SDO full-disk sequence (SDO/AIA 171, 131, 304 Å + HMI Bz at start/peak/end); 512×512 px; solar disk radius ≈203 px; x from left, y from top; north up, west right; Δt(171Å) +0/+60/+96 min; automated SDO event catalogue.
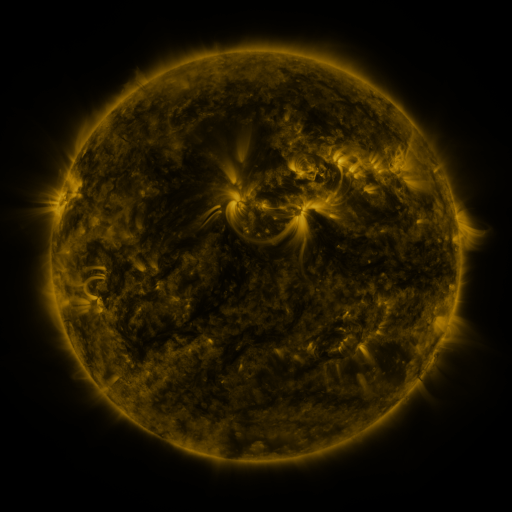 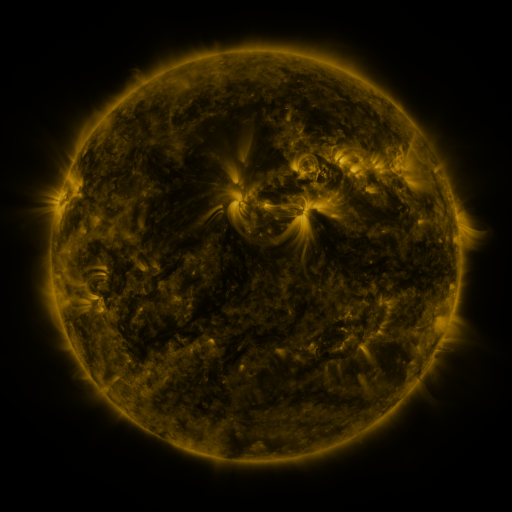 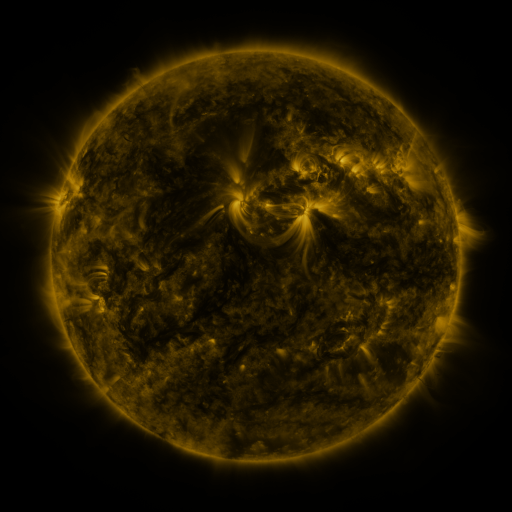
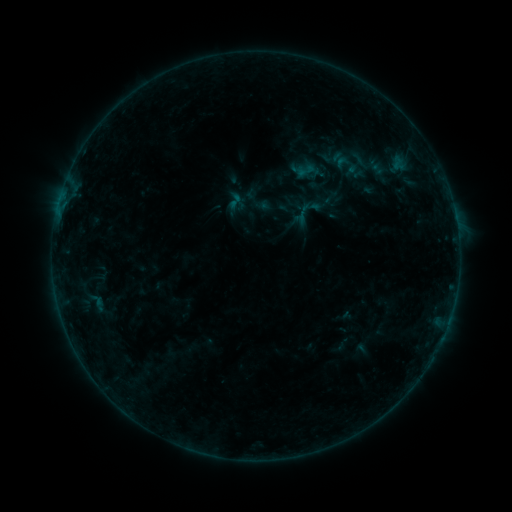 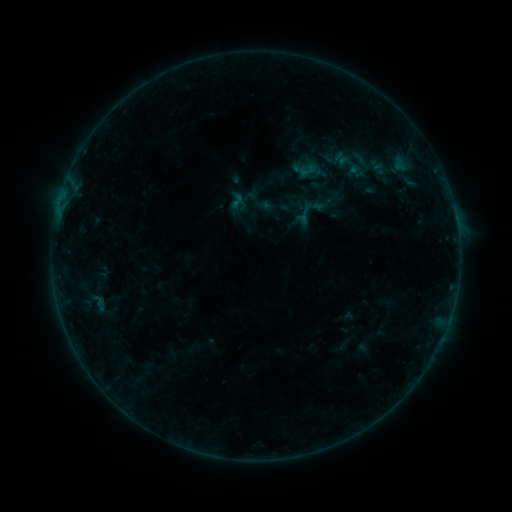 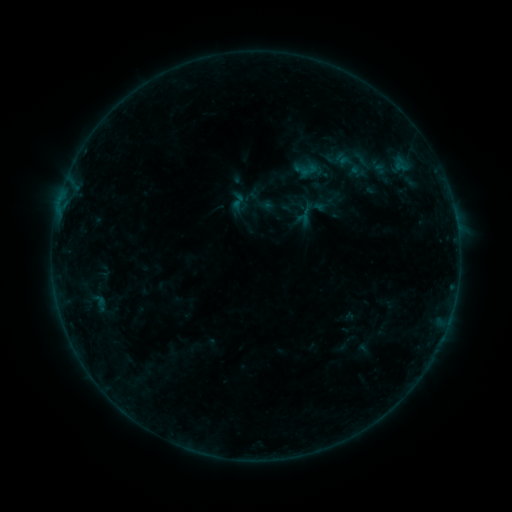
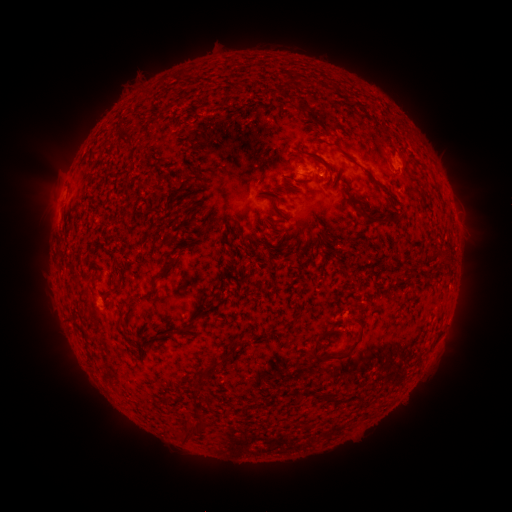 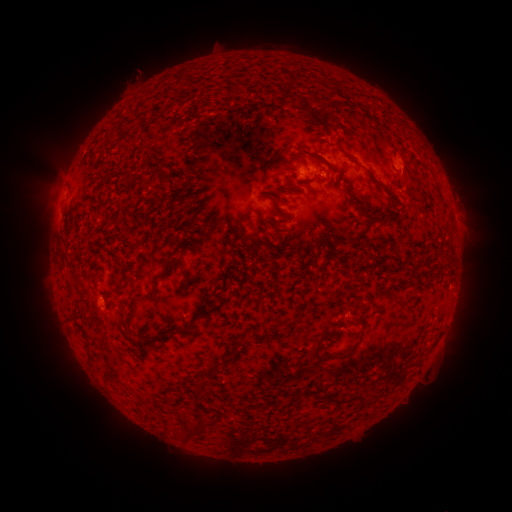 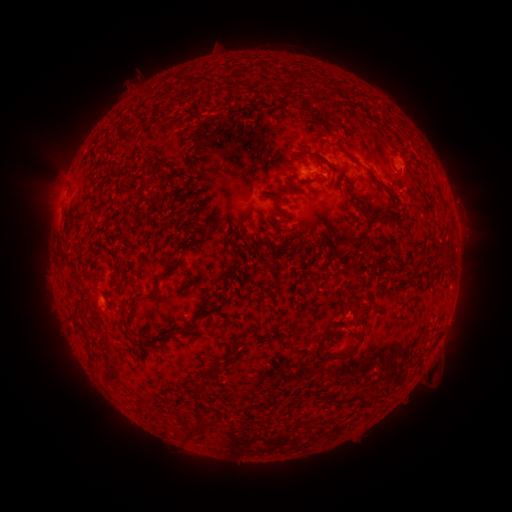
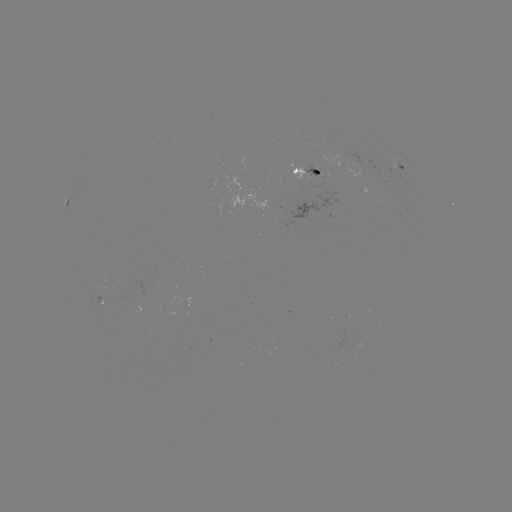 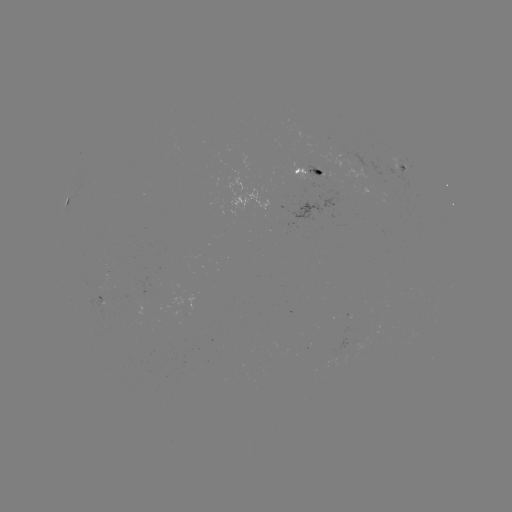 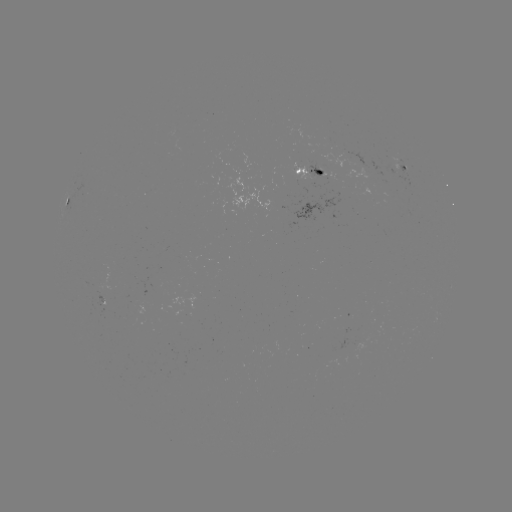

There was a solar emerging-flux region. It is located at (402, 164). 